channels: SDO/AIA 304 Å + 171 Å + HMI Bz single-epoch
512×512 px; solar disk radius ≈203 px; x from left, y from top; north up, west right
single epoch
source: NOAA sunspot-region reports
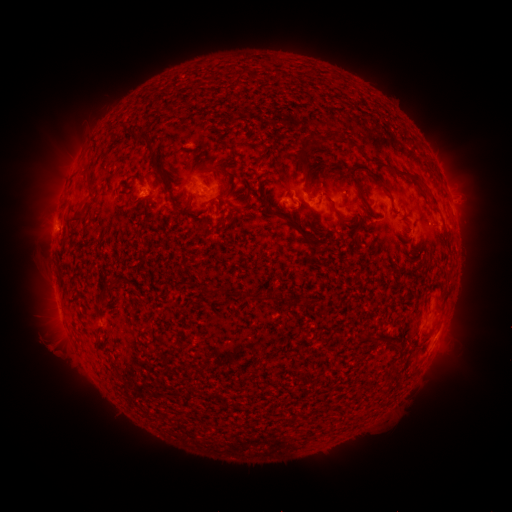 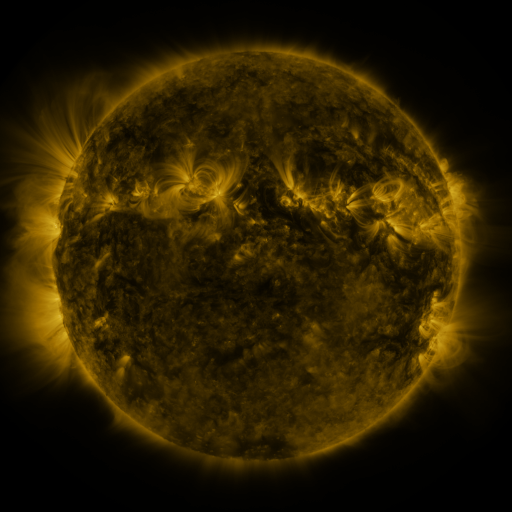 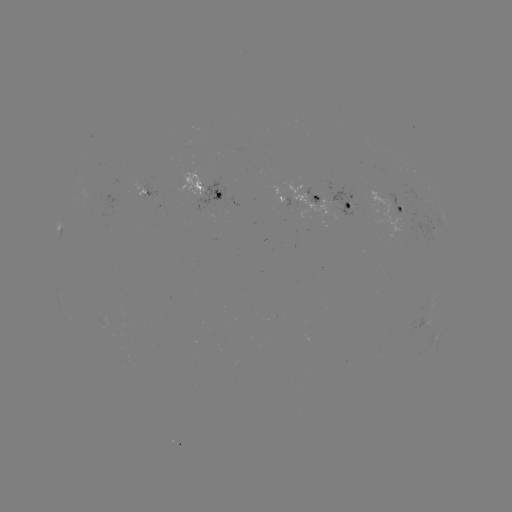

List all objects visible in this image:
spotted active region: (206, 190)
spotted active region: (148, 193)
spotted active region: (289, 200)
spotted active region: (332, 203)
spotted active region: (400, 209)
spotted active region: (60, 228)
spotted active region: (434, 229)
spotted active region: (438, 336)
